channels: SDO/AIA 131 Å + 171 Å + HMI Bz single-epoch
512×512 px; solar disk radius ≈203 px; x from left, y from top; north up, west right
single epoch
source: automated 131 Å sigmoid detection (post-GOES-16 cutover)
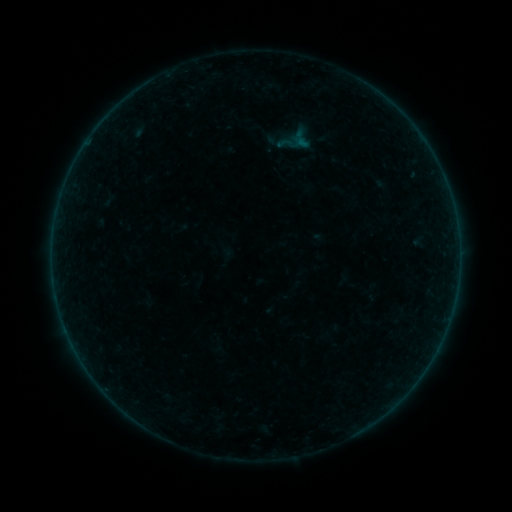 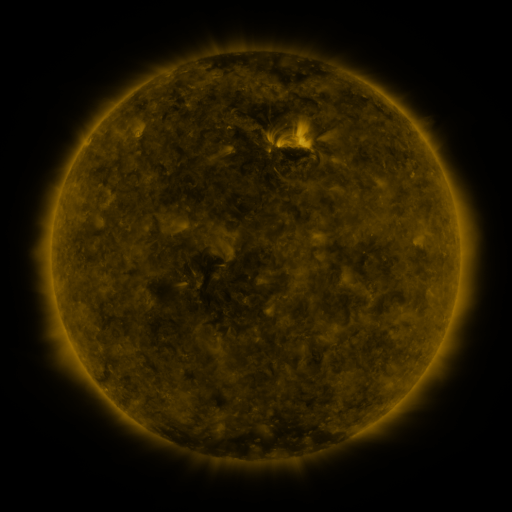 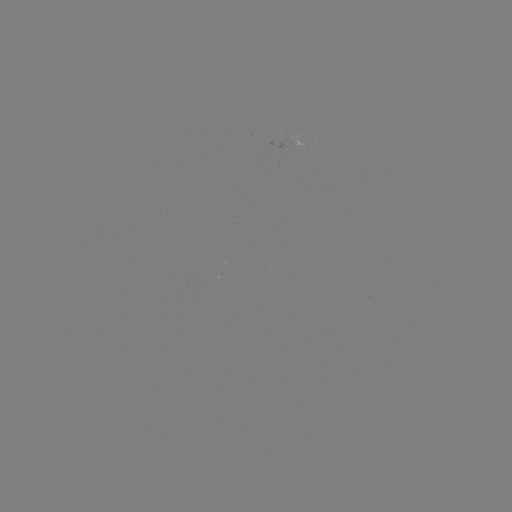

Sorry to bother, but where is sigmoid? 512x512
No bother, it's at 284,143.